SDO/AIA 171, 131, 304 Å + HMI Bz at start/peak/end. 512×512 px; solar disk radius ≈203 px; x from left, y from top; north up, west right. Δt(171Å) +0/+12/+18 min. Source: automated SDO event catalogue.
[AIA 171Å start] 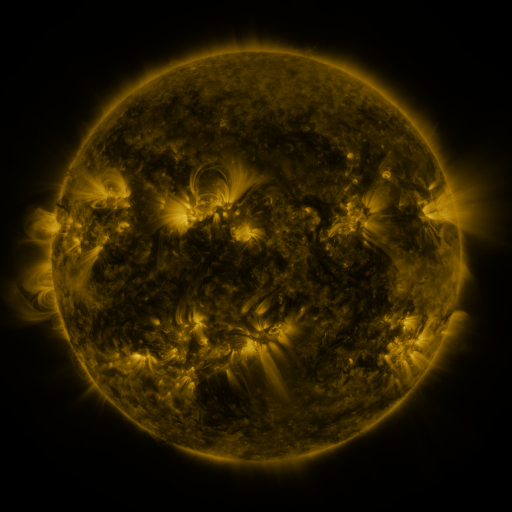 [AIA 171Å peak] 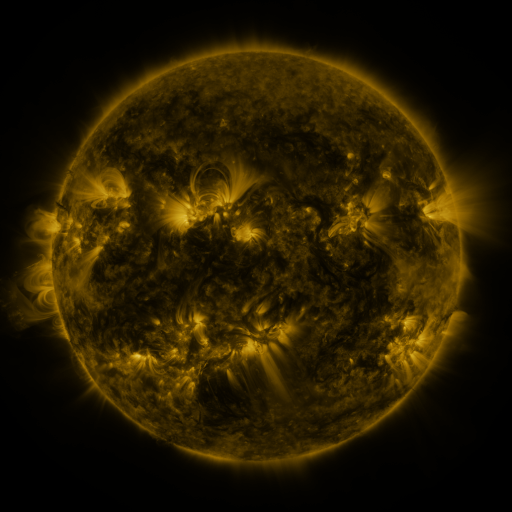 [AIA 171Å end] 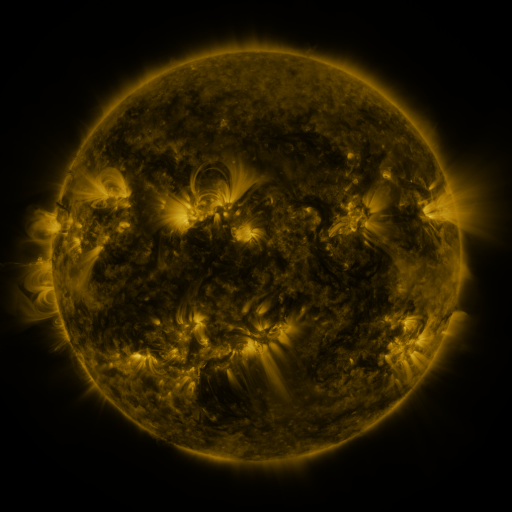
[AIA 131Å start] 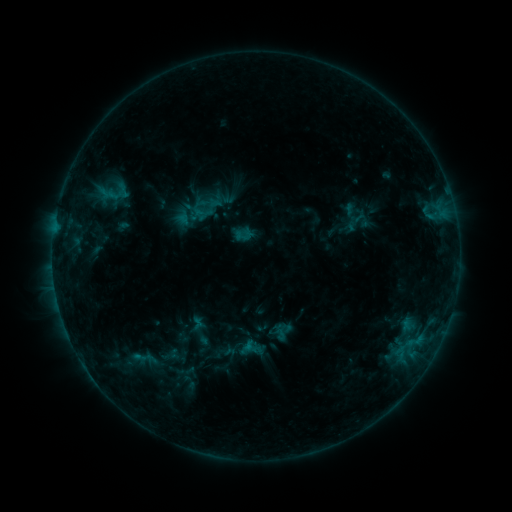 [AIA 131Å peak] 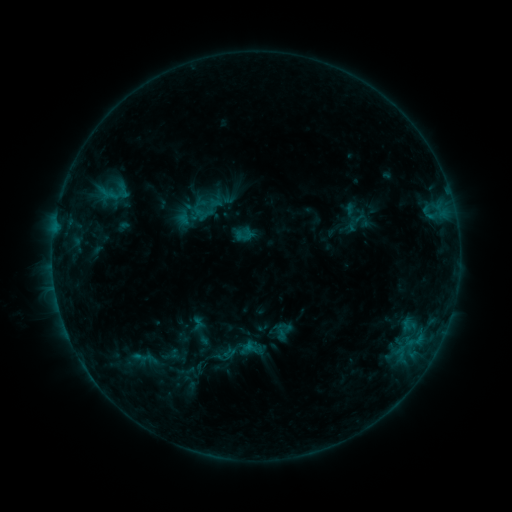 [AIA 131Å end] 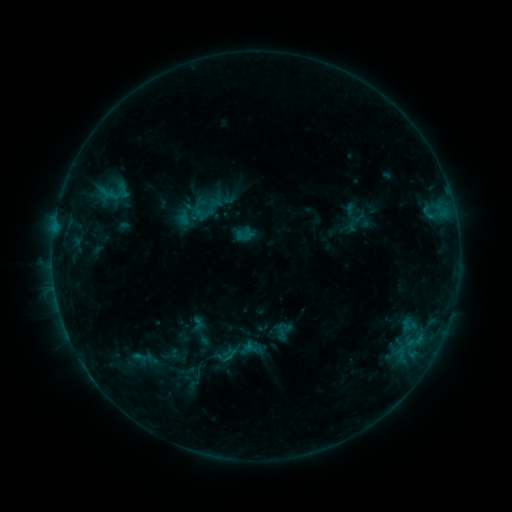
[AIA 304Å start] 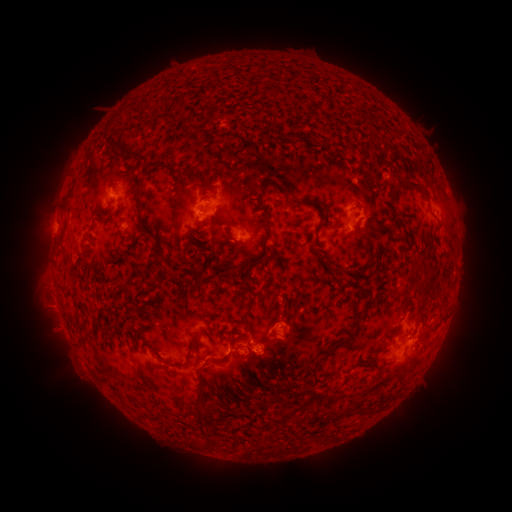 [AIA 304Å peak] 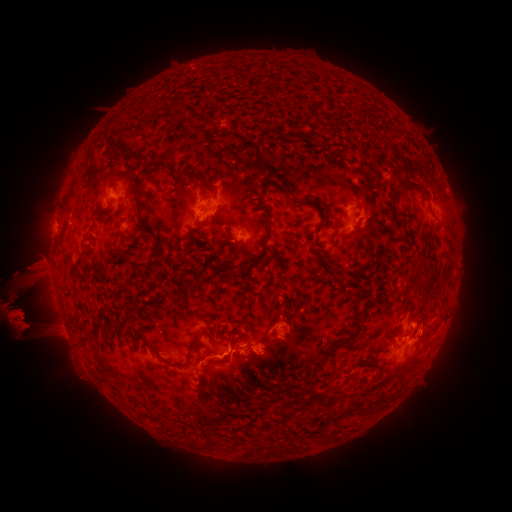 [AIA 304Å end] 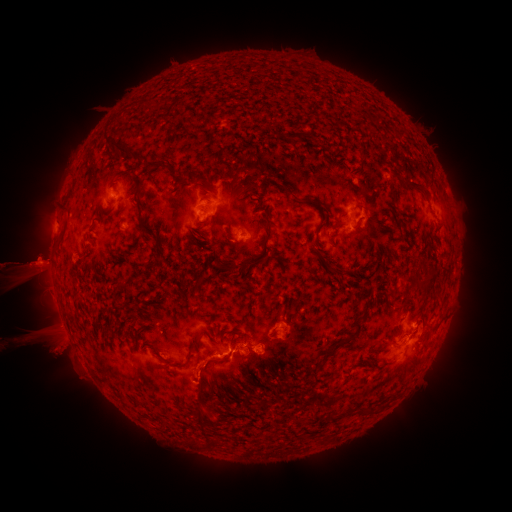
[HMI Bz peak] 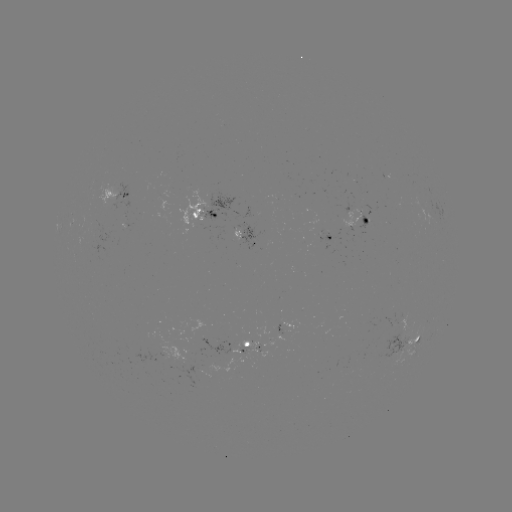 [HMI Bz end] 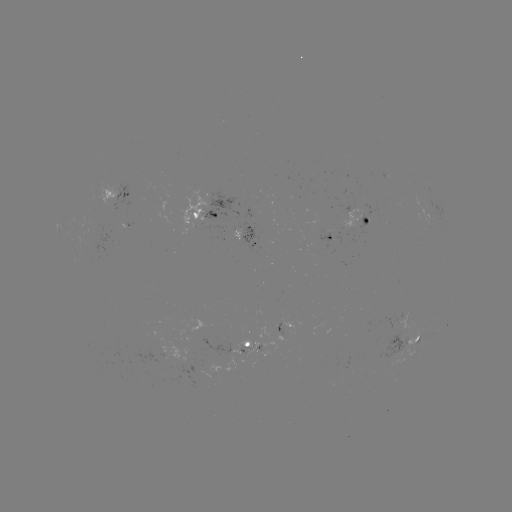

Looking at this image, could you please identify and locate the eruption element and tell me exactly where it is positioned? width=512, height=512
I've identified eruption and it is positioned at [486, 308].